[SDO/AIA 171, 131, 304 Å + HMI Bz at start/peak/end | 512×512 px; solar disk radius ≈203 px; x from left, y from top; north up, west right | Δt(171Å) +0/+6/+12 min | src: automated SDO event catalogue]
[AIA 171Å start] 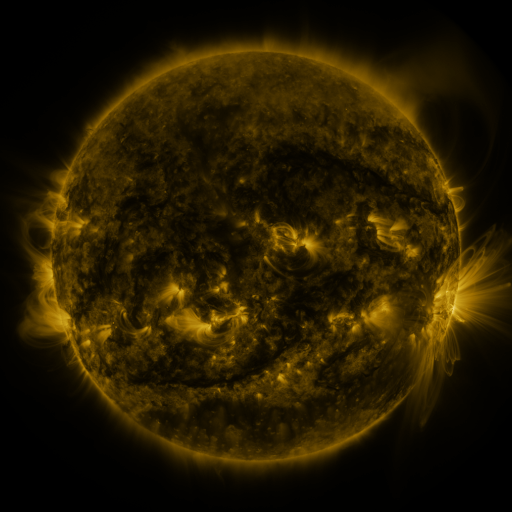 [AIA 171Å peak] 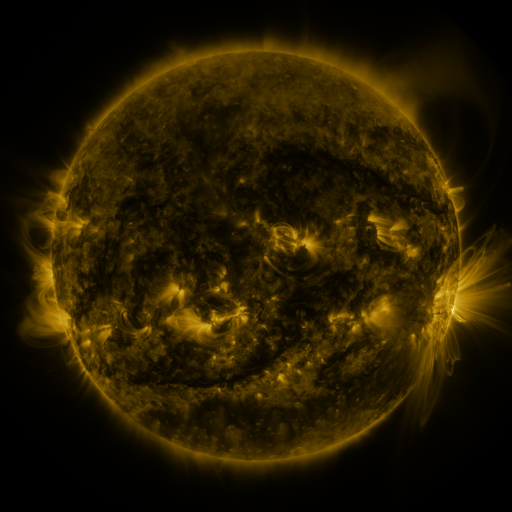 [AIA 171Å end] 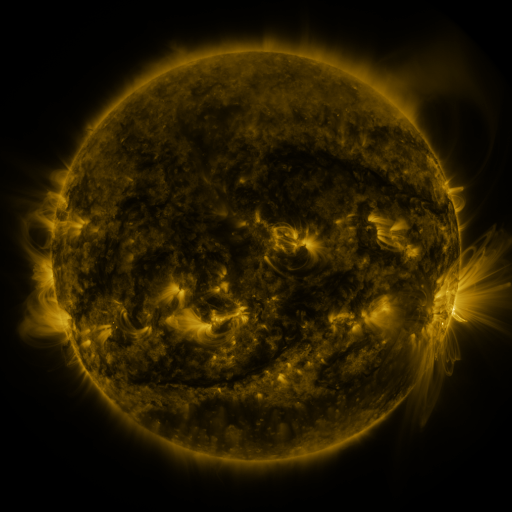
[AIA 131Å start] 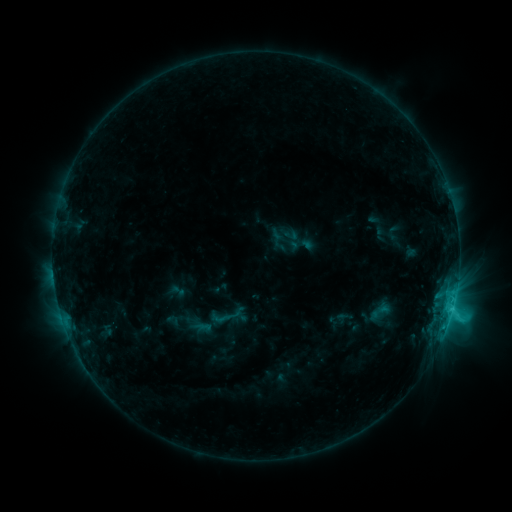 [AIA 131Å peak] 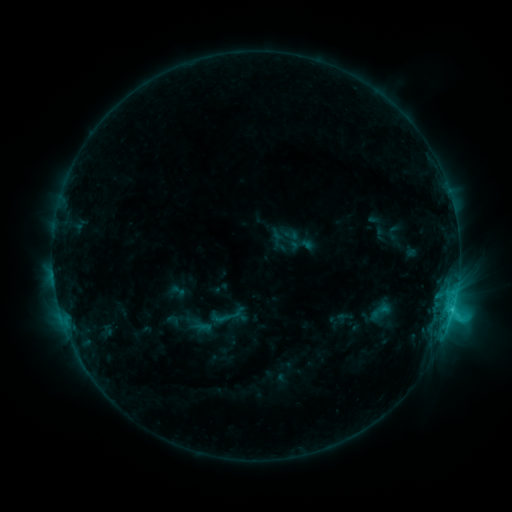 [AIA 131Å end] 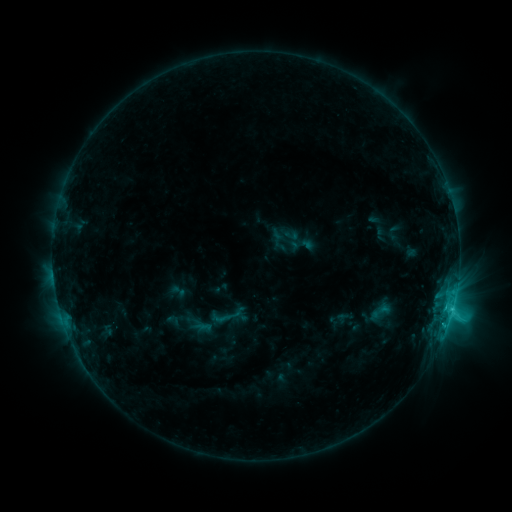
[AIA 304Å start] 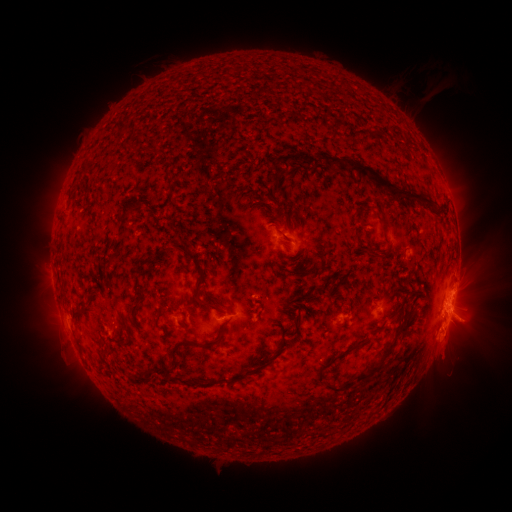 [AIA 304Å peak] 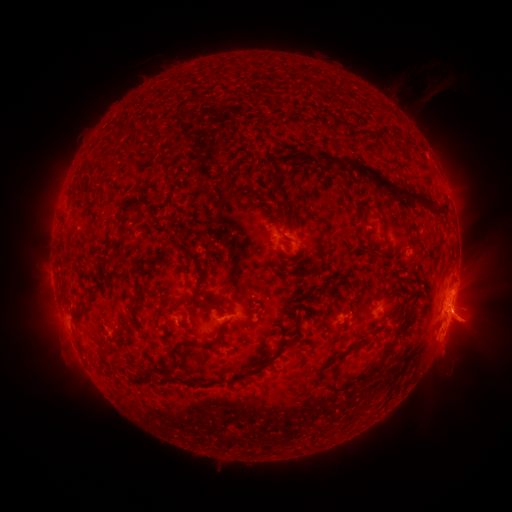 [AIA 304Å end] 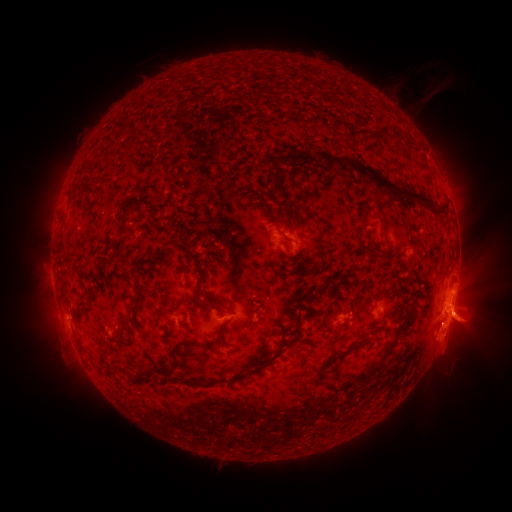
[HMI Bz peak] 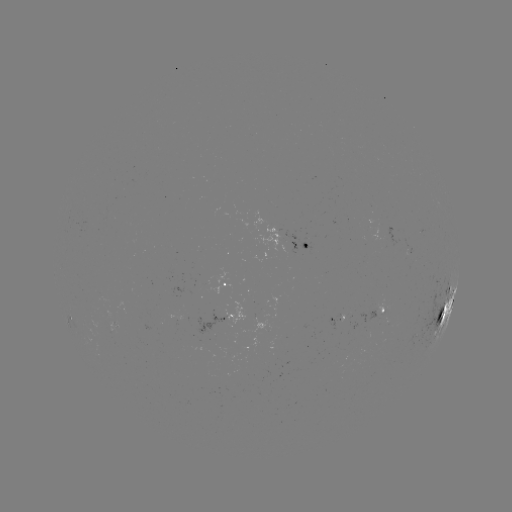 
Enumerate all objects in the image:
eruption: (469, 313)
